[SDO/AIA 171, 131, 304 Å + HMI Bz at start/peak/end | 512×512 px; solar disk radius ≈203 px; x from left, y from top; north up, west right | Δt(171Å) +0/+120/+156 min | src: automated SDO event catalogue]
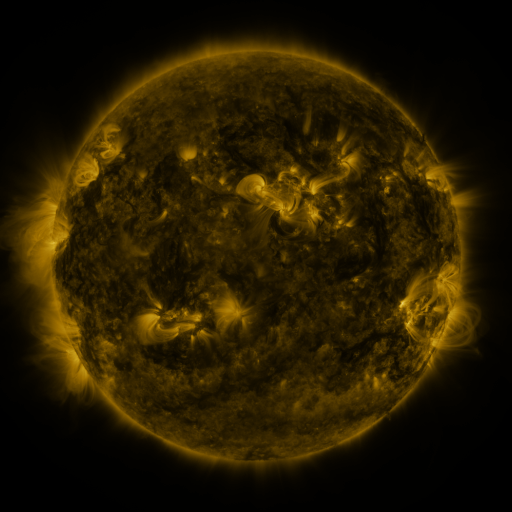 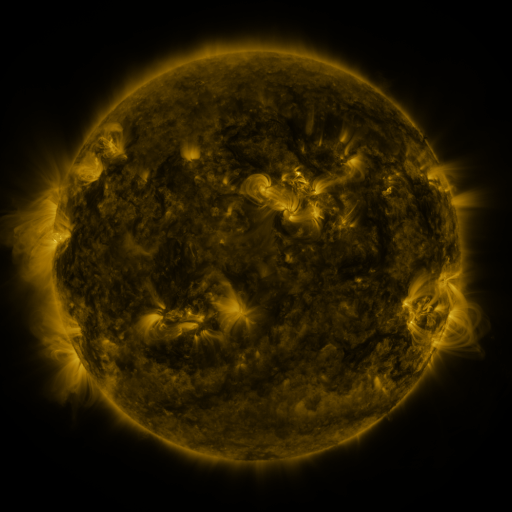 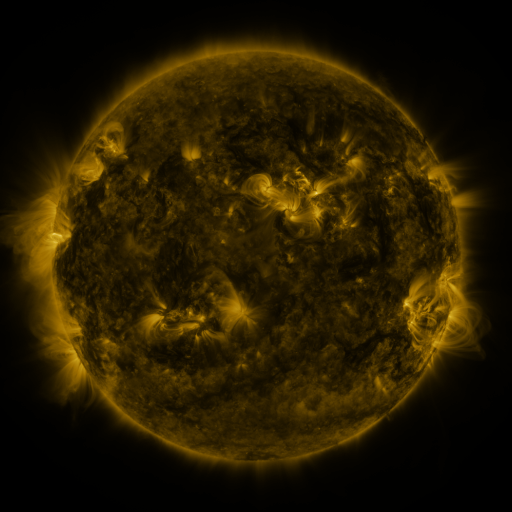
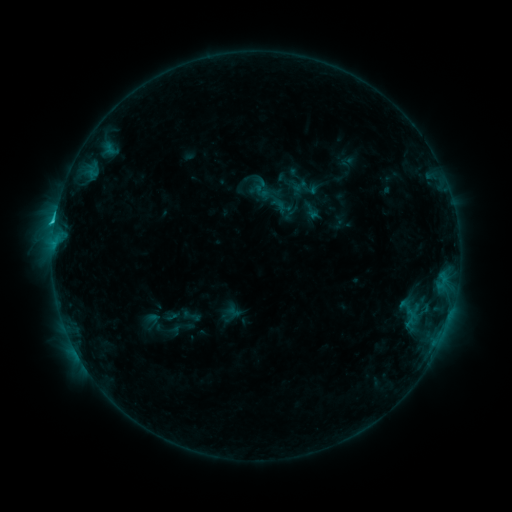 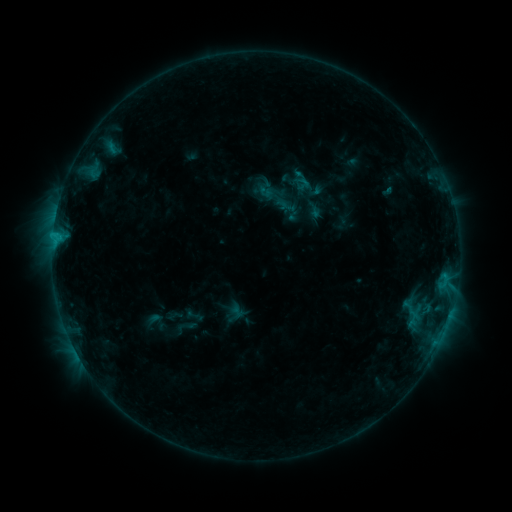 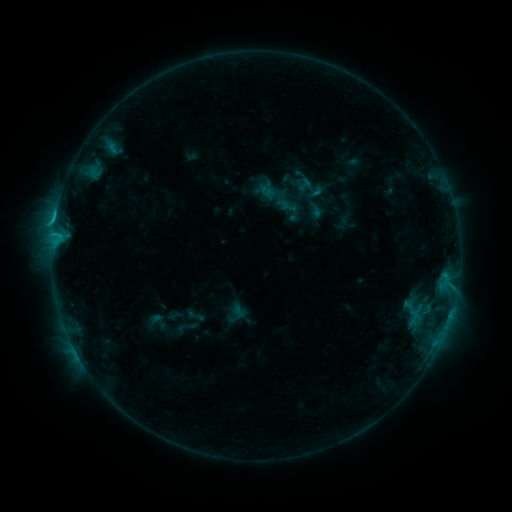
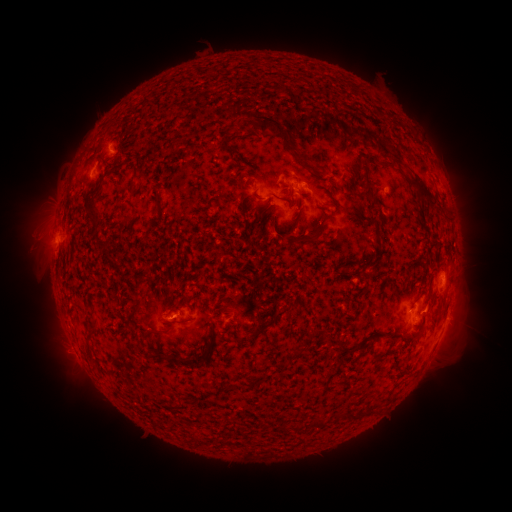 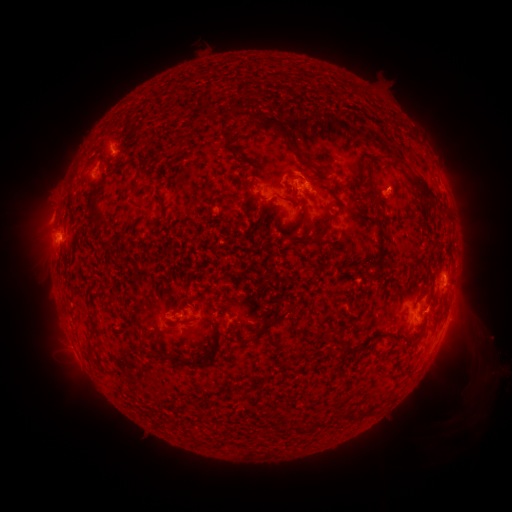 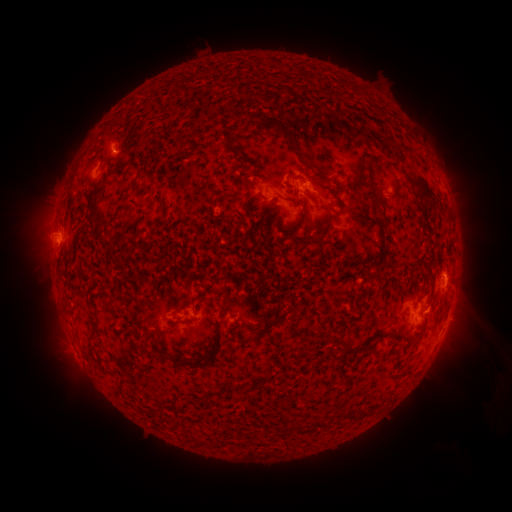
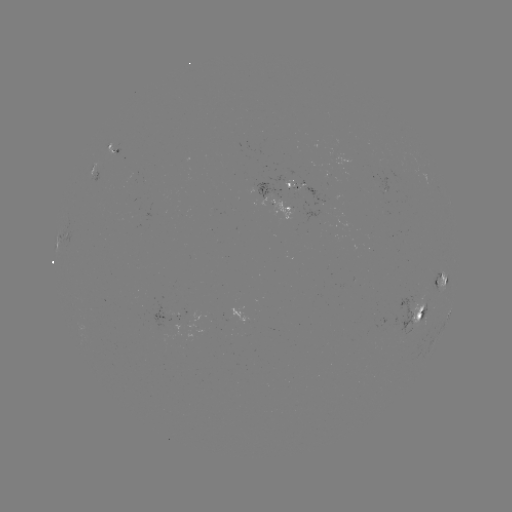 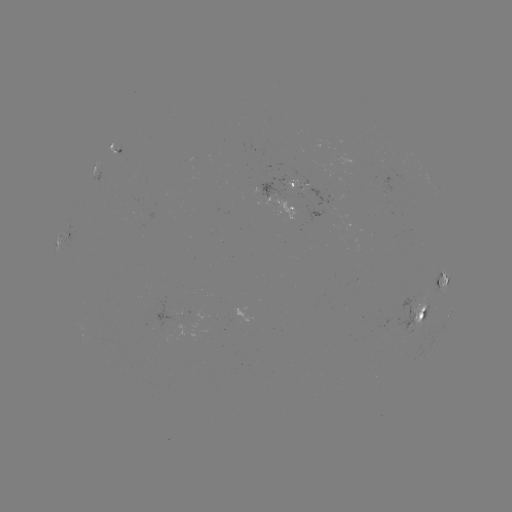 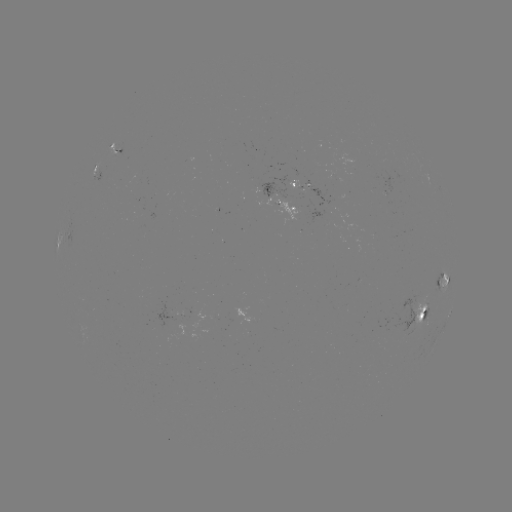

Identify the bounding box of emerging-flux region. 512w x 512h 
[286, 179, 310, 189].